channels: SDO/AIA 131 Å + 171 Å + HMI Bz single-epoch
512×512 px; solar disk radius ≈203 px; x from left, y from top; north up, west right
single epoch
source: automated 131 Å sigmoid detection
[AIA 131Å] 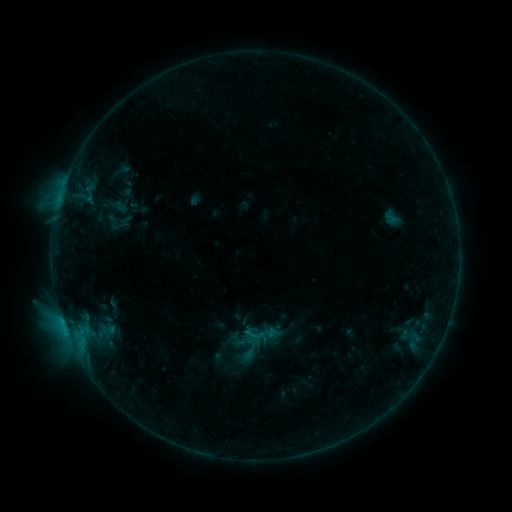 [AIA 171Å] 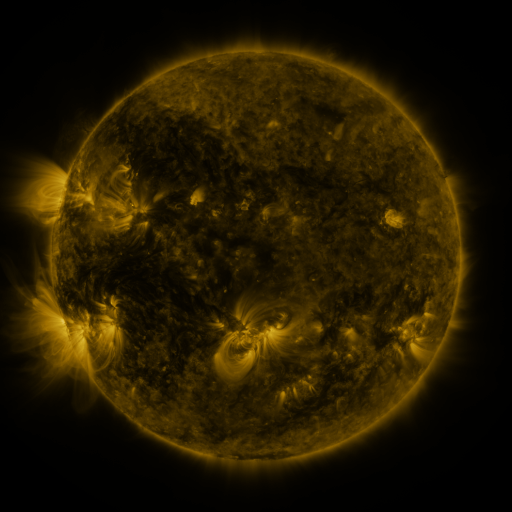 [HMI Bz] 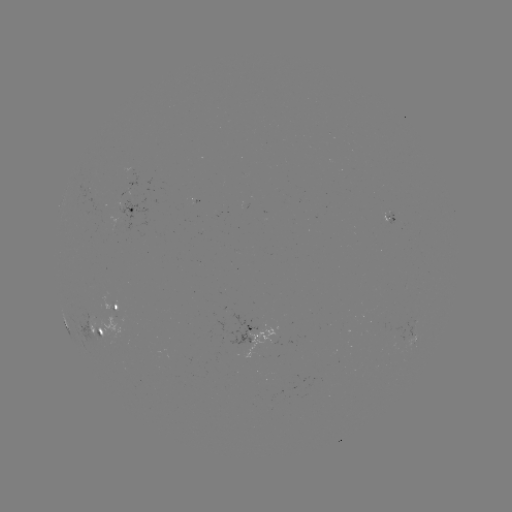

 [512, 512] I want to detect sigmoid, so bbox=[242, 323, 265, 345].